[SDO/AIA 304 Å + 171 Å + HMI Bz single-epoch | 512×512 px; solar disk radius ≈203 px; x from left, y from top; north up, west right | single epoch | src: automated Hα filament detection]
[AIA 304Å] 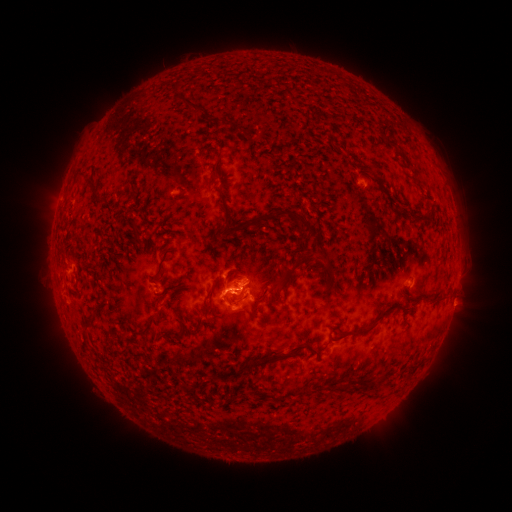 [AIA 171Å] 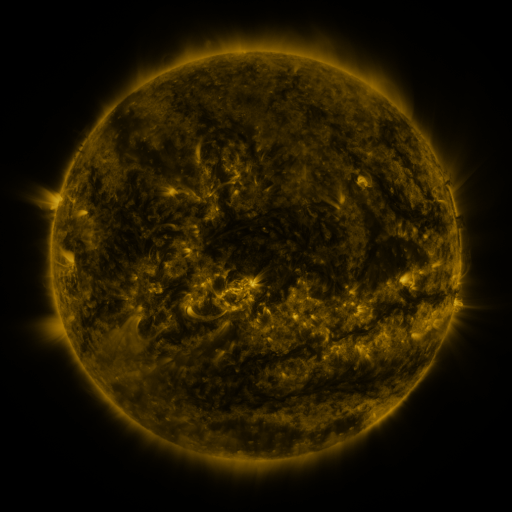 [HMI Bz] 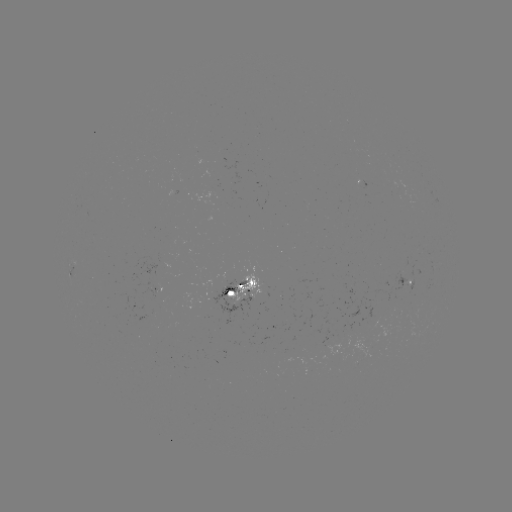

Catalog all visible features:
filament: (174, 87)
filament: (185, 104)
filament: (225, 123)
filament: (390, 141)
filament: (227, 142)
filament: (216, 174)
filament: (80, 177)
filament: (223, 180)
filament: (94, 191)
filament: (389, 200)
filament: (226, 210)
filament: (298, 217)
filament: (421, 217)
filament: (135, 231)
filament: (169, 235)
filament: (161, 268)
filament: (290, 273)
filament: (178, 297)
filament: (429, 297)
filament: (230, 301)
filament: (95, 315)
filament: (378, 318)
filament: (151, 323)
filament: (335, 338)
filament: (87, 342)
filament: (303, 344)
filament: (126, 351)
filament: (250, 365)
